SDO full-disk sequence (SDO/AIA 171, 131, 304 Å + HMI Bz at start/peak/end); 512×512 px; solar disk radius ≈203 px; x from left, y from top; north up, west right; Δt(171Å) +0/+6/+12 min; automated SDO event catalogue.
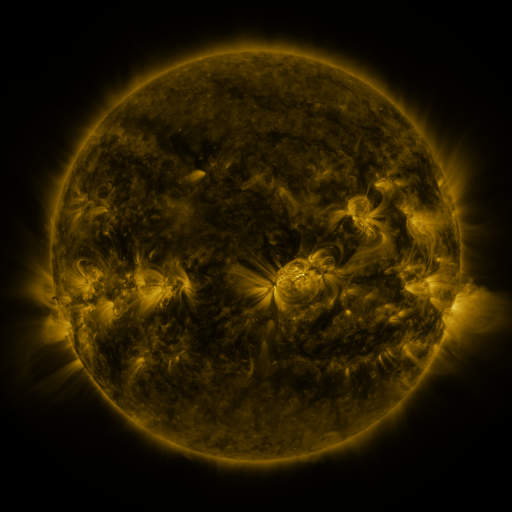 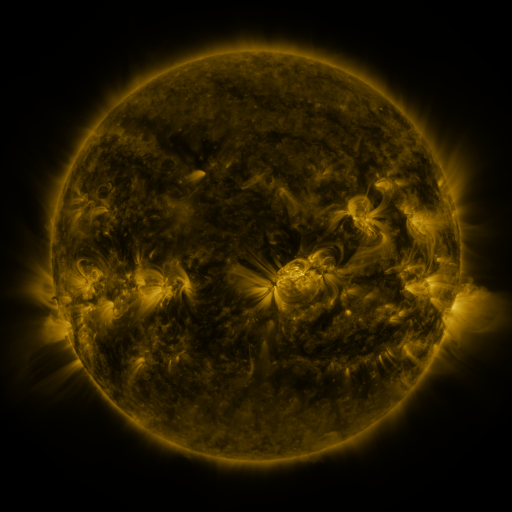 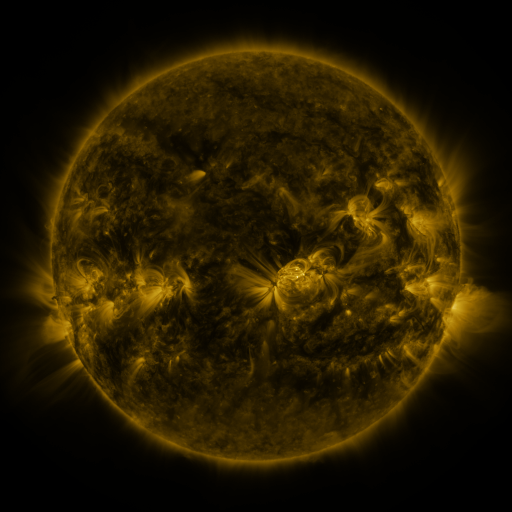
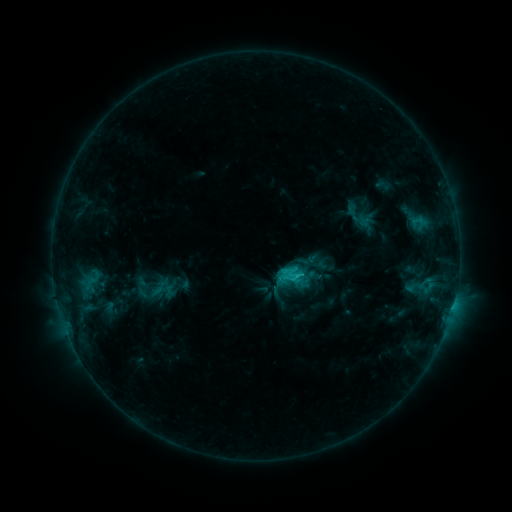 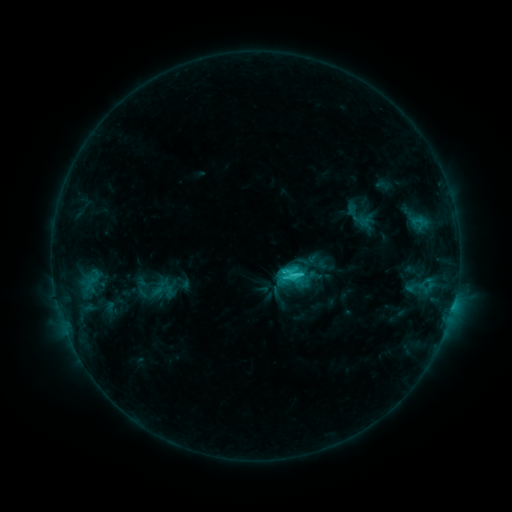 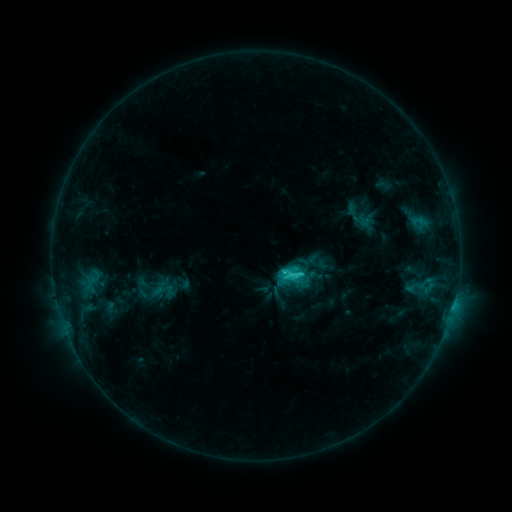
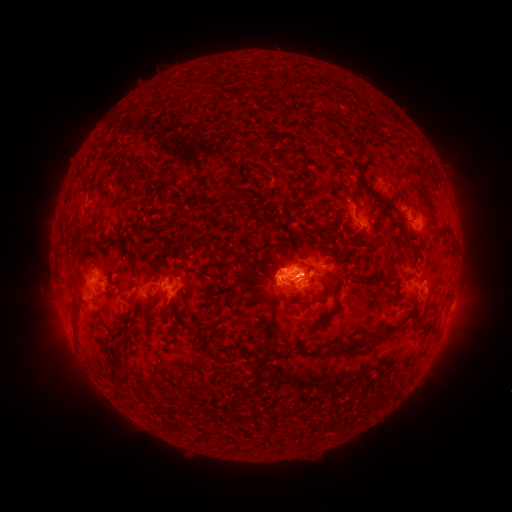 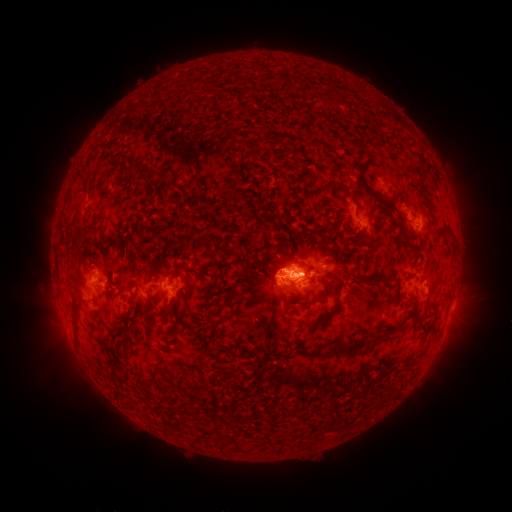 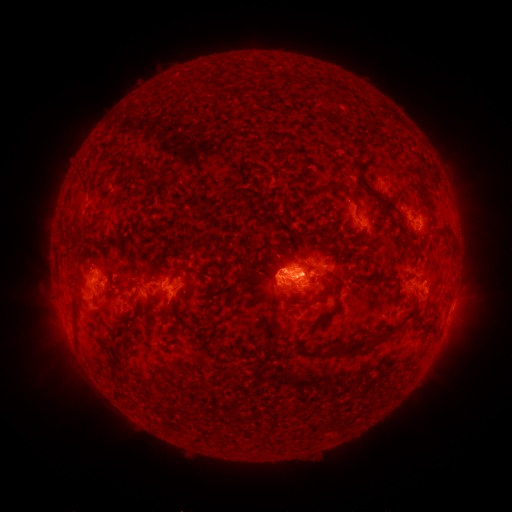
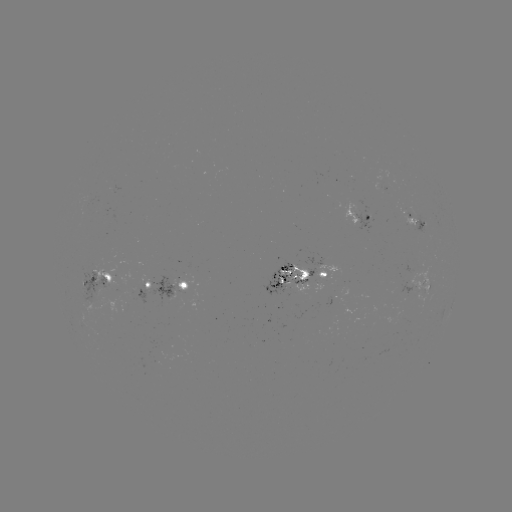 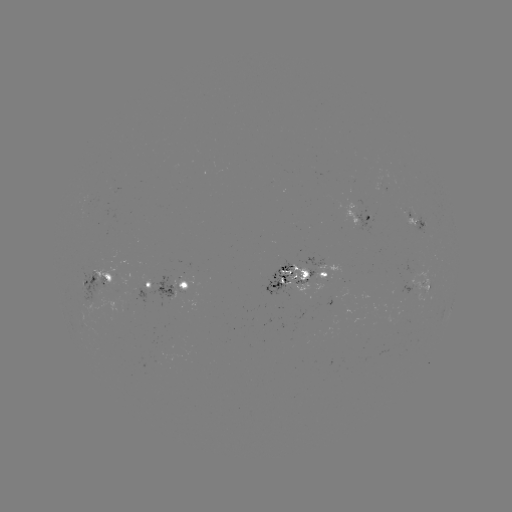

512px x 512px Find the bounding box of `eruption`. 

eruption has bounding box [41, 261, 96, 373].